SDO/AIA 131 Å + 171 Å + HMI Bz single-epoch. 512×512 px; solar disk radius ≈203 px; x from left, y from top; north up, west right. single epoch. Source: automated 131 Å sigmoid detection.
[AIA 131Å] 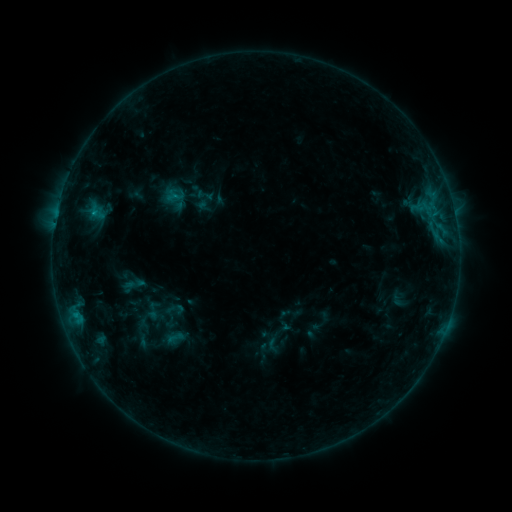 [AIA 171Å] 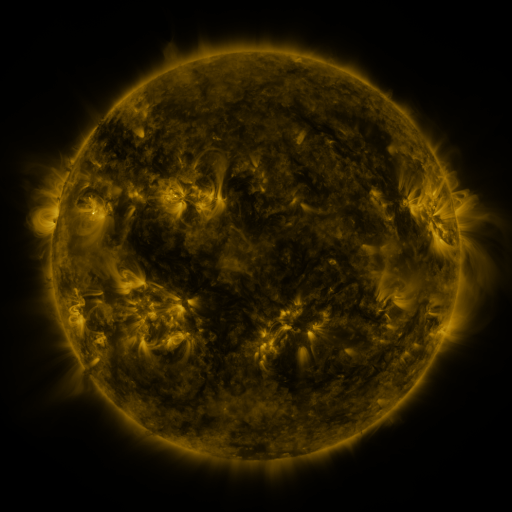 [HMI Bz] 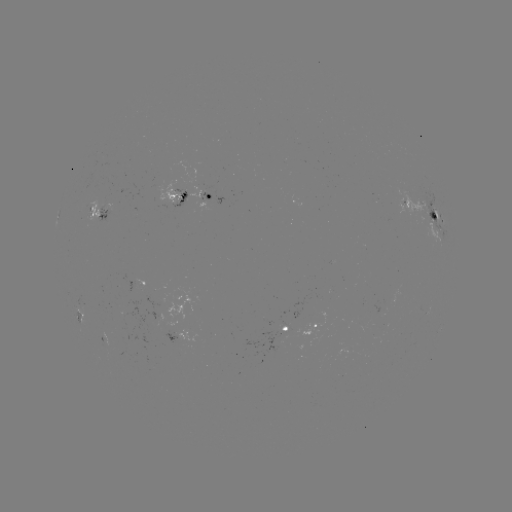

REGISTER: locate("sigmoid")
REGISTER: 153,310